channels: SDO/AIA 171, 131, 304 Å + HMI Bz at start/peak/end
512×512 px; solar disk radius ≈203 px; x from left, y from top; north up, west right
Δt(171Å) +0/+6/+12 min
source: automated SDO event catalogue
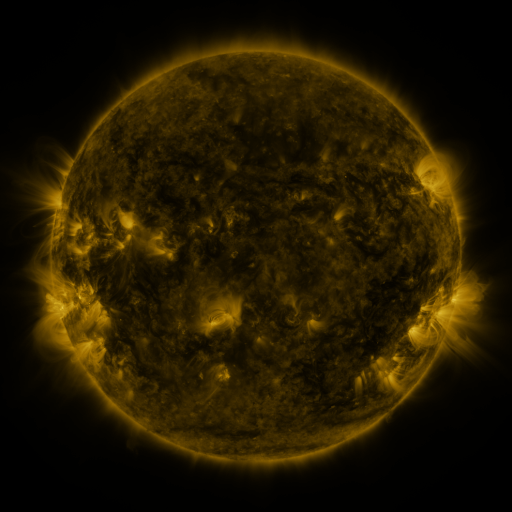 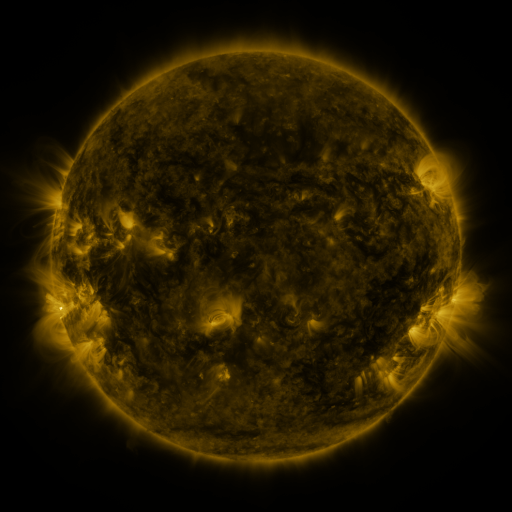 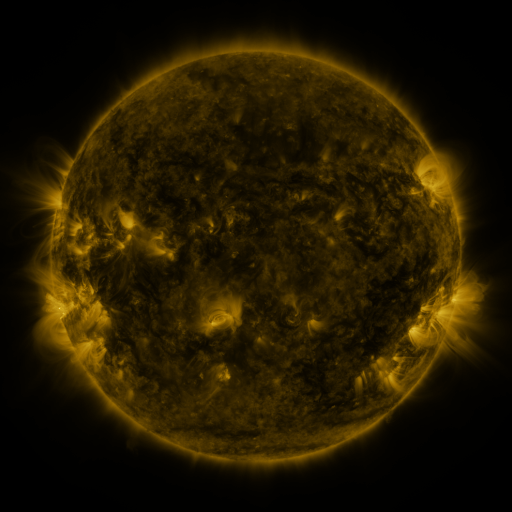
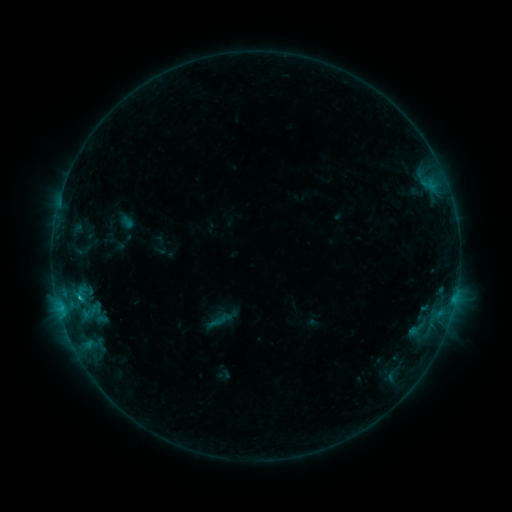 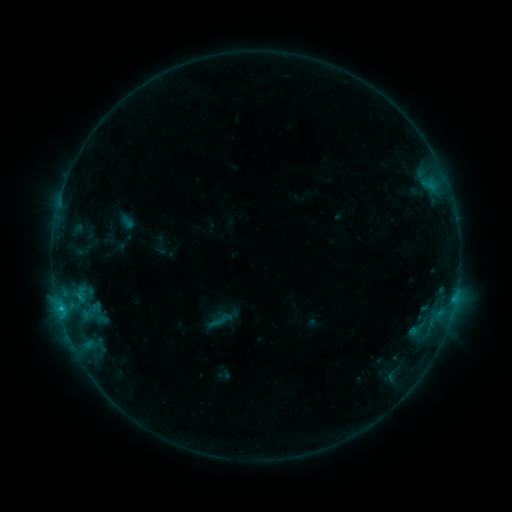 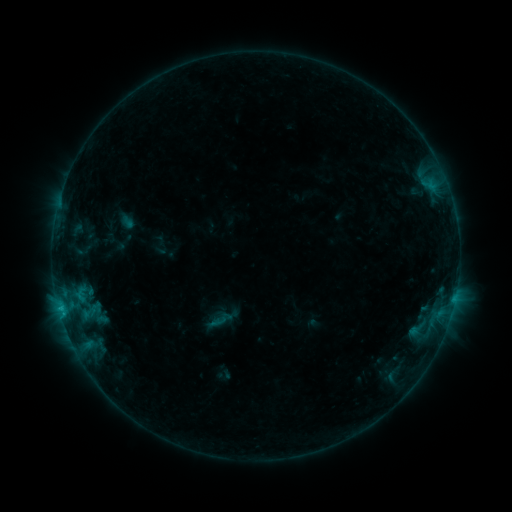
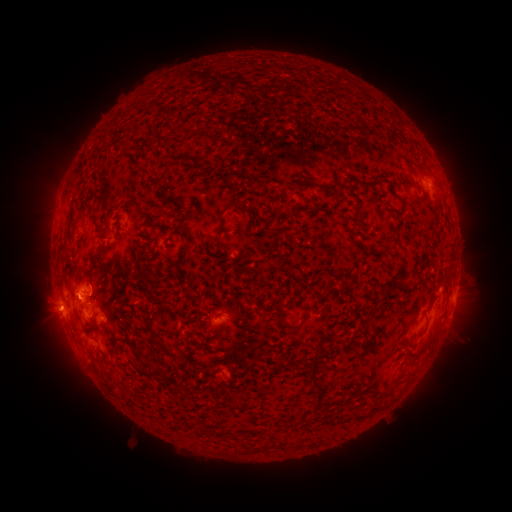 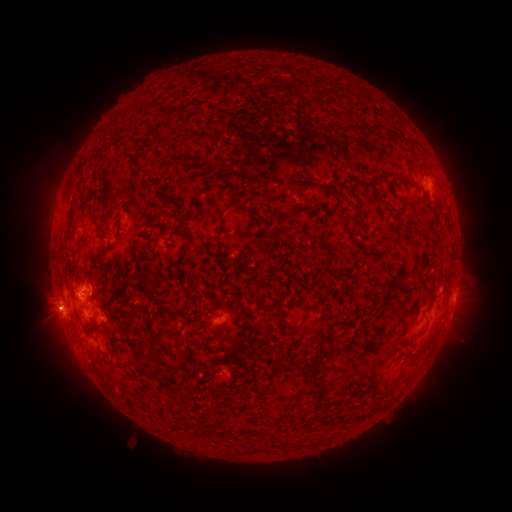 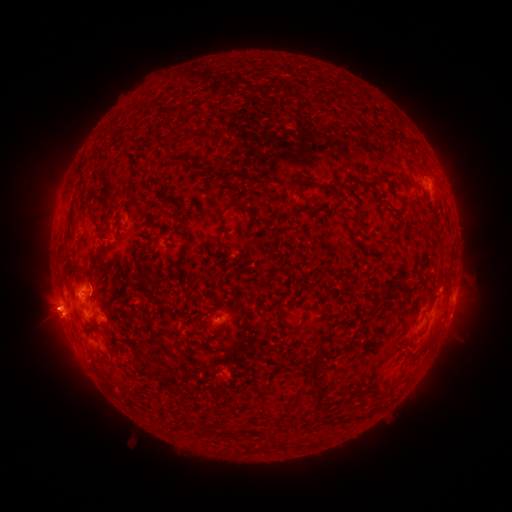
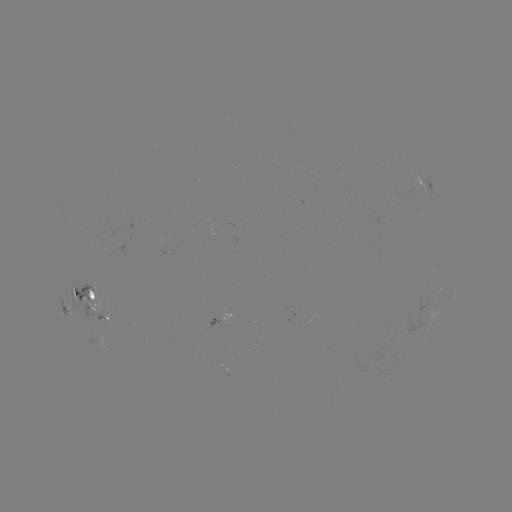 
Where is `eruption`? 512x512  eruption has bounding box [20, 289, 69, 336].